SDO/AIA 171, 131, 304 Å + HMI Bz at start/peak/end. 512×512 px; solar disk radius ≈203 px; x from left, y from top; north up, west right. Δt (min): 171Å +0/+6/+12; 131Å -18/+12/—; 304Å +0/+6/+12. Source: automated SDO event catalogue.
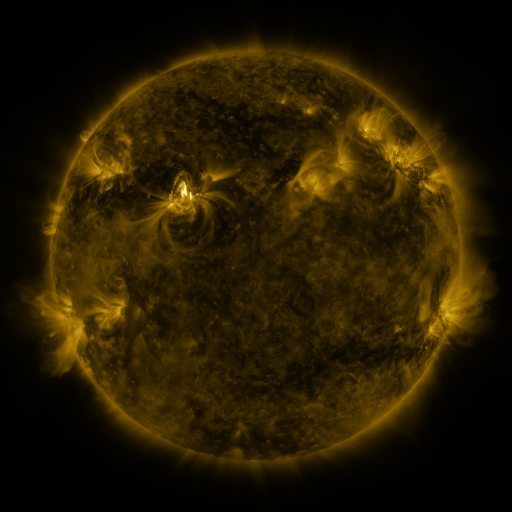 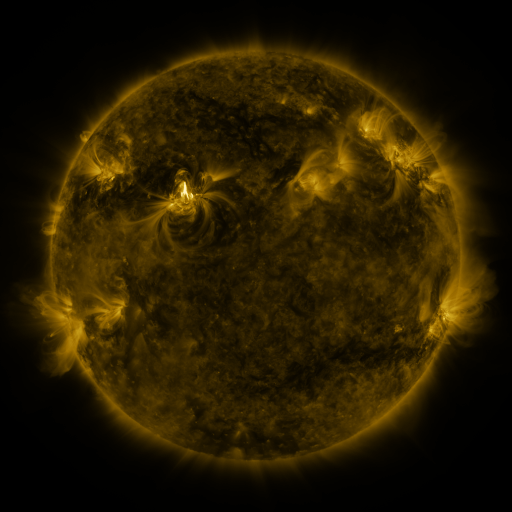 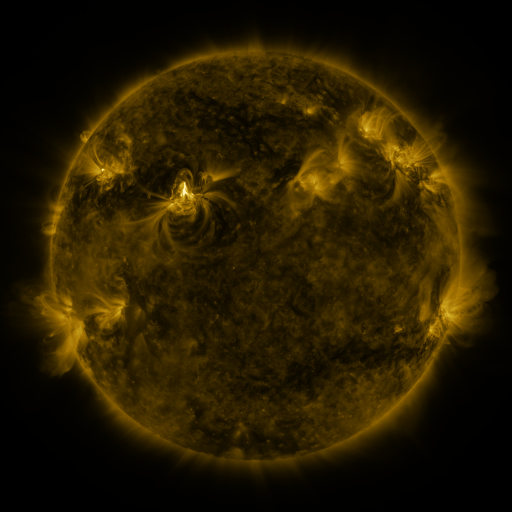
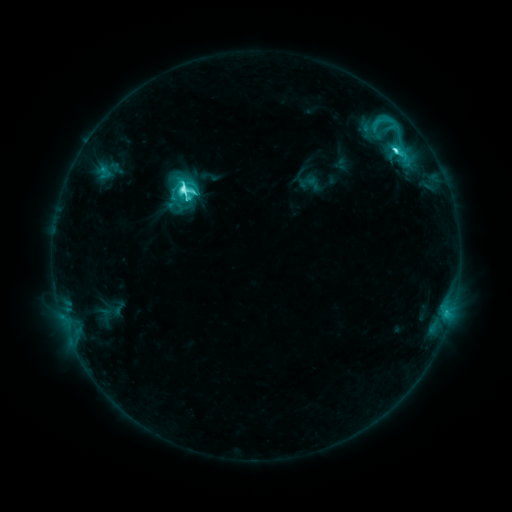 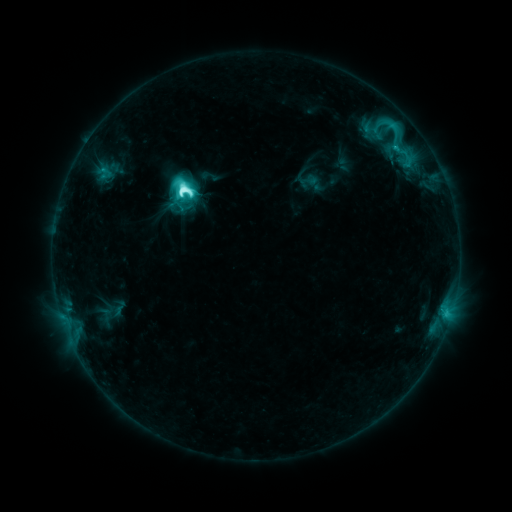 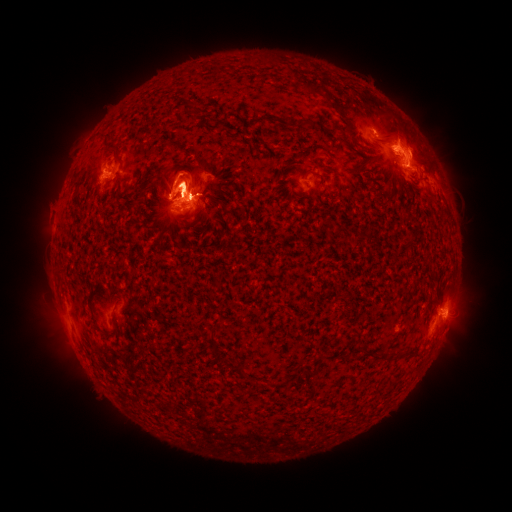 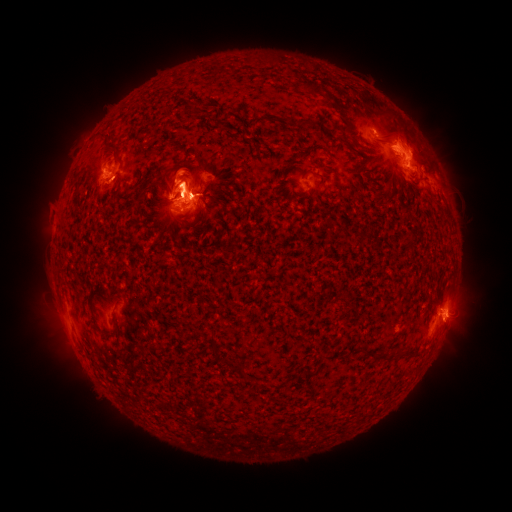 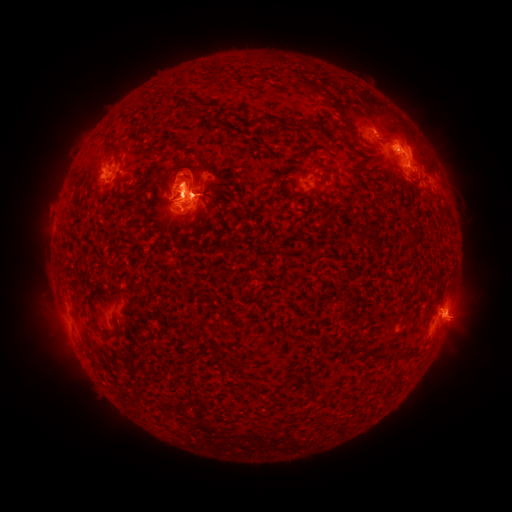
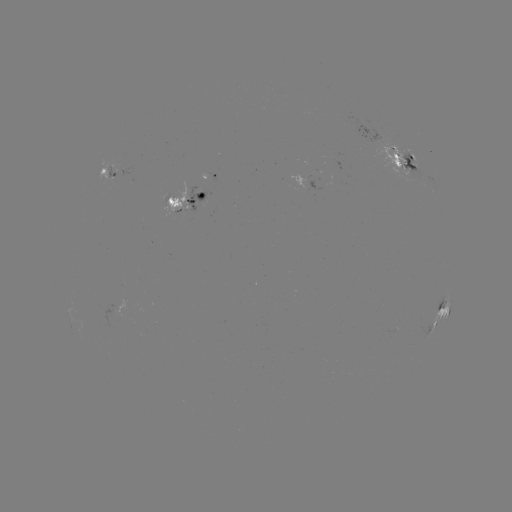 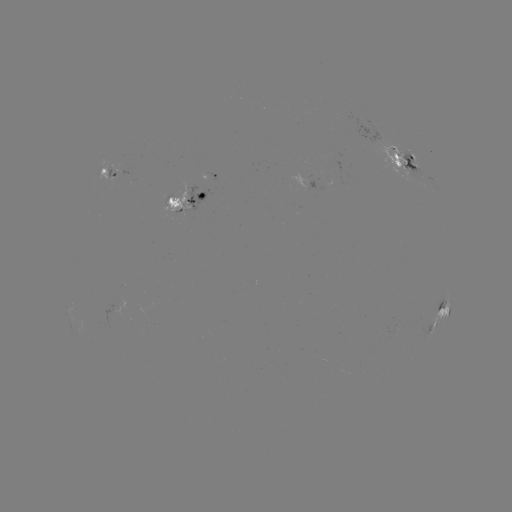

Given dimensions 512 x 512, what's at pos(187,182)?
eruption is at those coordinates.